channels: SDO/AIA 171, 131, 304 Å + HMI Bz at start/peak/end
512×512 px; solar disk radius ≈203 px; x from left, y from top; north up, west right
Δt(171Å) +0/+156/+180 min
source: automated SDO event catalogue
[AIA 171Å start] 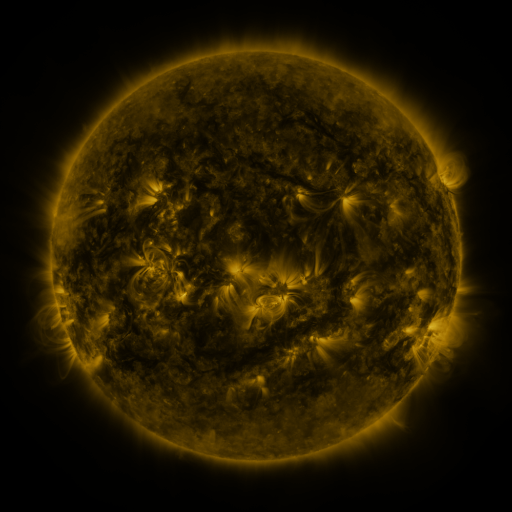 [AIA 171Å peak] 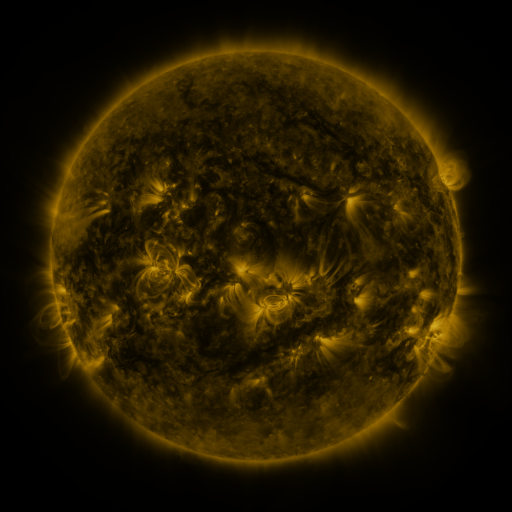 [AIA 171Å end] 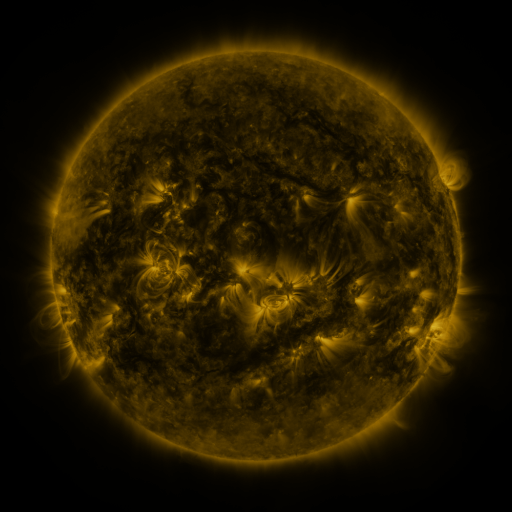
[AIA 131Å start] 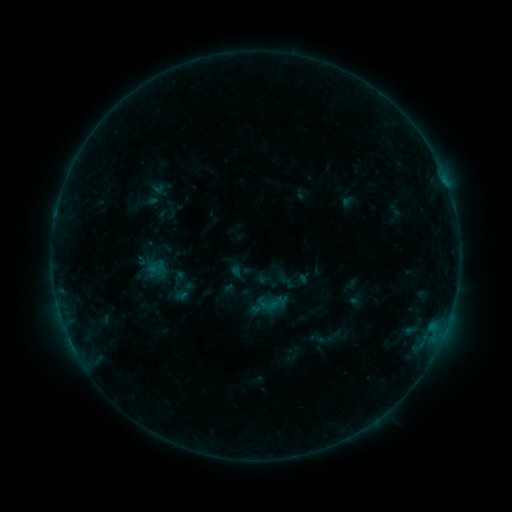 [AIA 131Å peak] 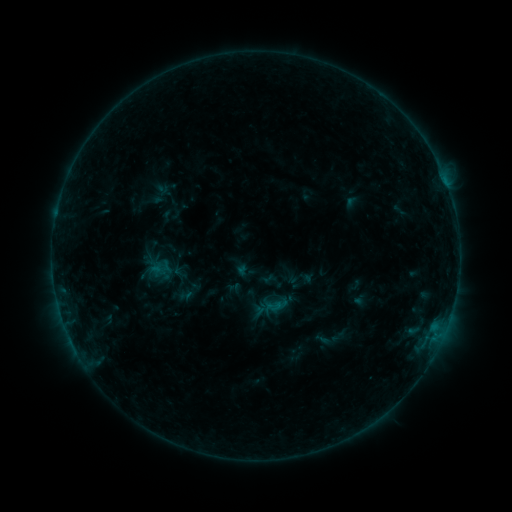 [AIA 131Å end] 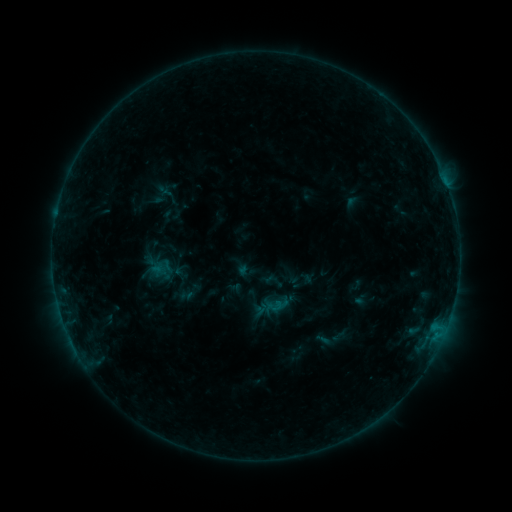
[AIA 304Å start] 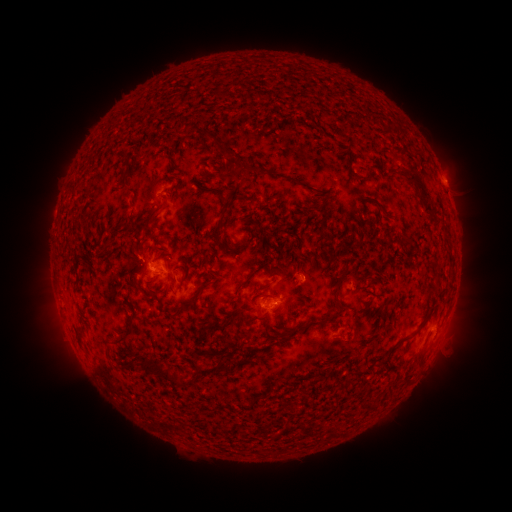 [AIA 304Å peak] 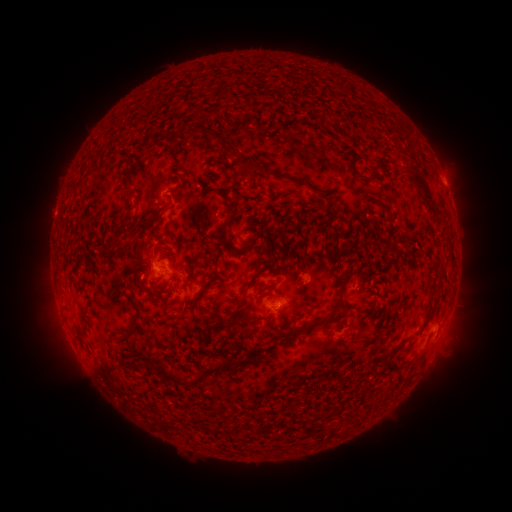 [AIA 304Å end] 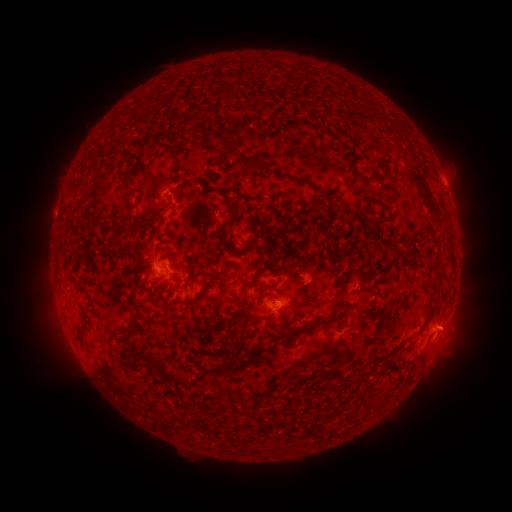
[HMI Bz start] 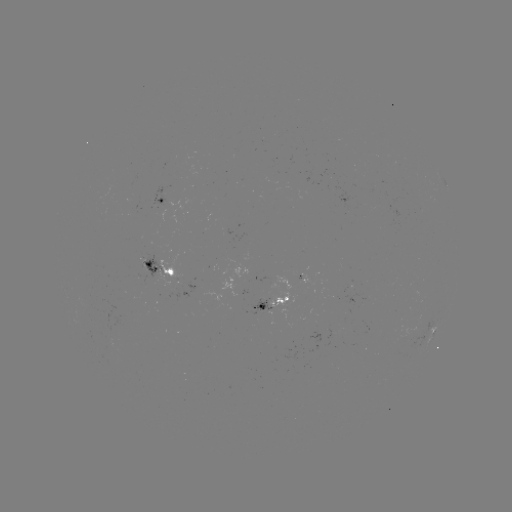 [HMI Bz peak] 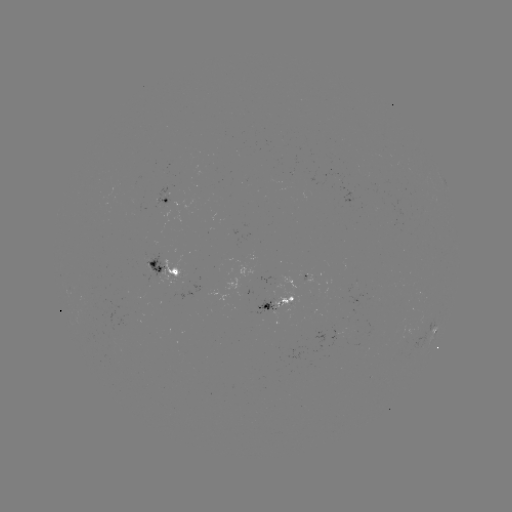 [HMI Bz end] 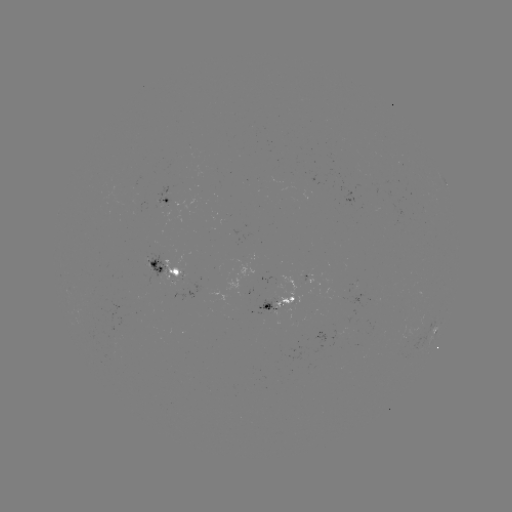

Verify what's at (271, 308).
emerging-flux region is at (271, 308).